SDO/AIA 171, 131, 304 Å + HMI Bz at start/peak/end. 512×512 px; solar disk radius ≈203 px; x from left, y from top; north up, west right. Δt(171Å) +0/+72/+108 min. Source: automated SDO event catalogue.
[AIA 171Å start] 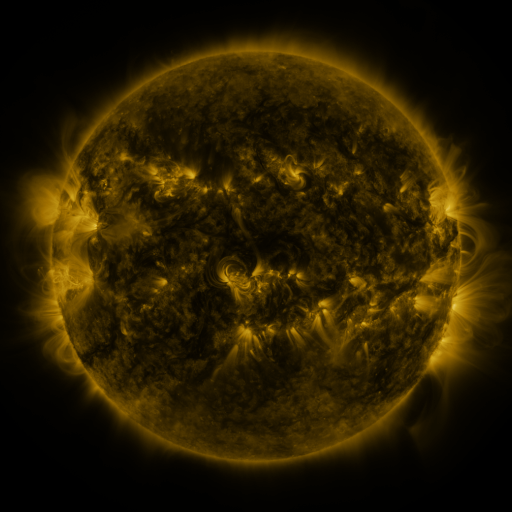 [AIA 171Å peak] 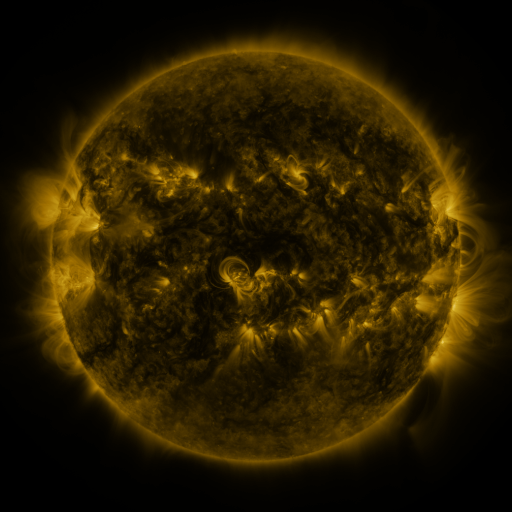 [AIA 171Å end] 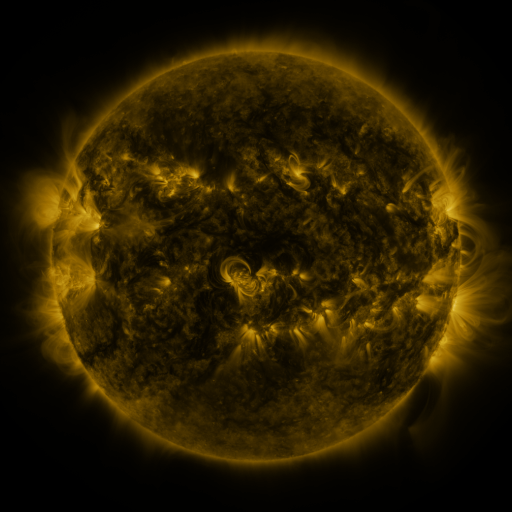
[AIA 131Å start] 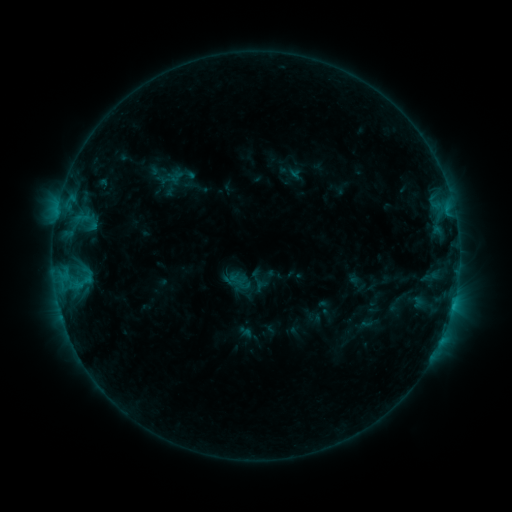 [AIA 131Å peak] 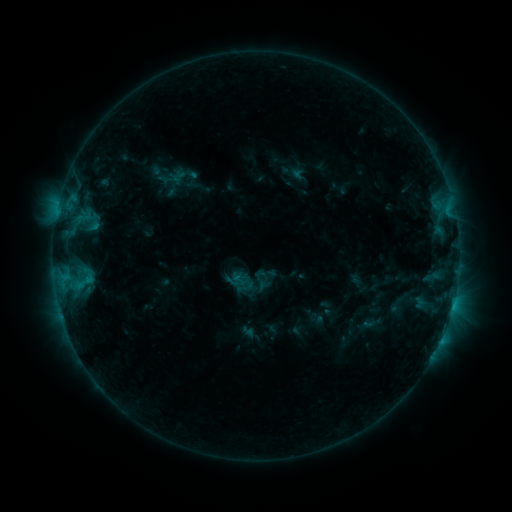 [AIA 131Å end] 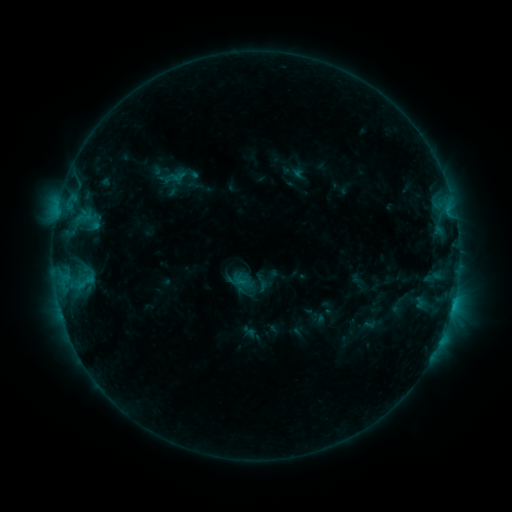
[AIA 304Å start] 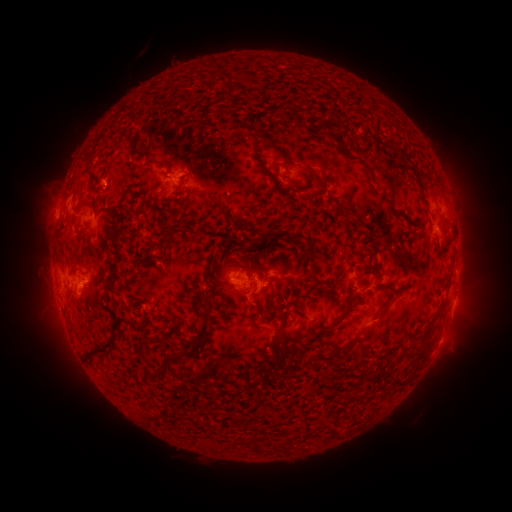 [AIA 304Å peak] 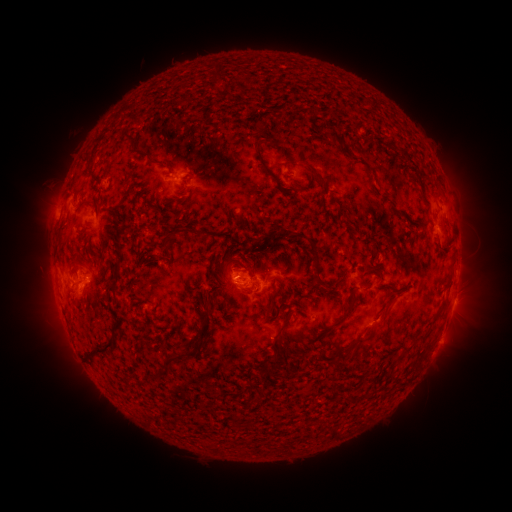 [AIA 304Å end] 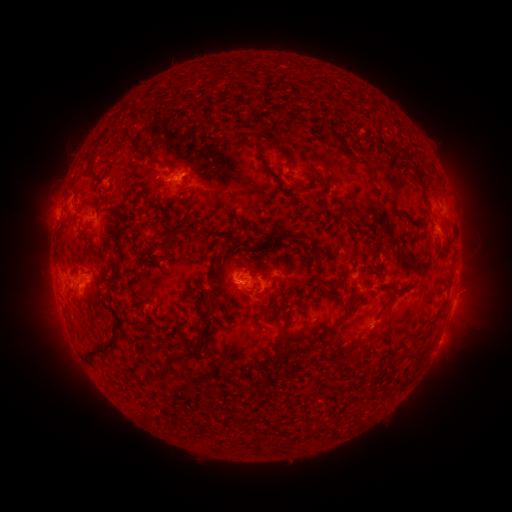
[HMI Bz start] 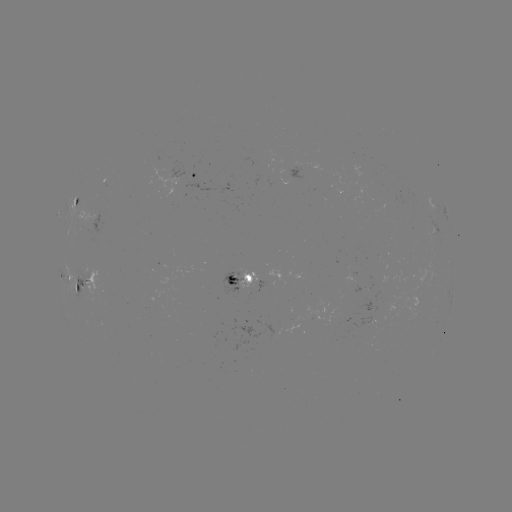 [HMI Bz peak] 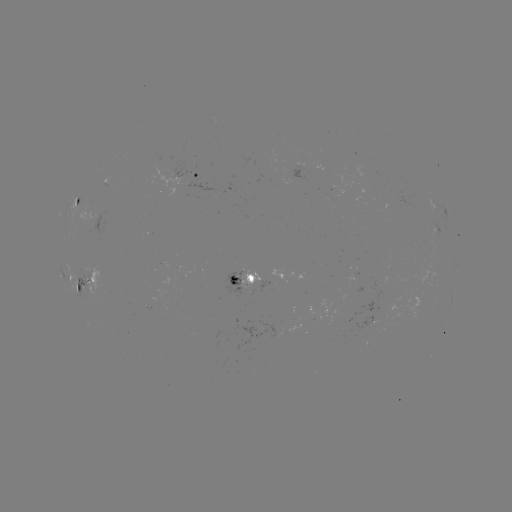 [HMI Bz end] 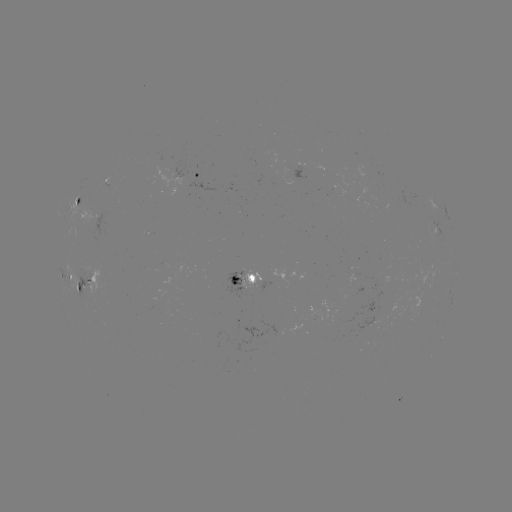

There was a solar emerging-flux region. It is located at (111, 185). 